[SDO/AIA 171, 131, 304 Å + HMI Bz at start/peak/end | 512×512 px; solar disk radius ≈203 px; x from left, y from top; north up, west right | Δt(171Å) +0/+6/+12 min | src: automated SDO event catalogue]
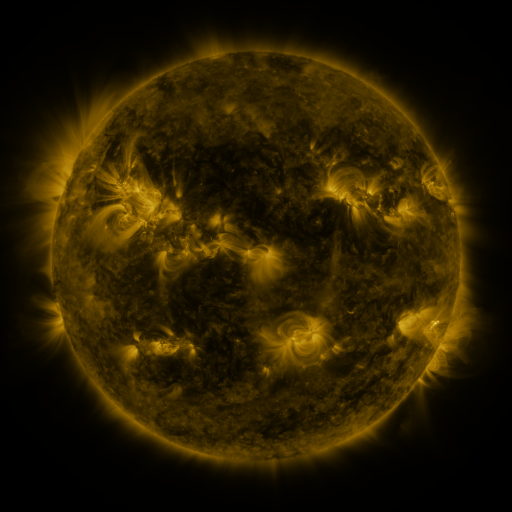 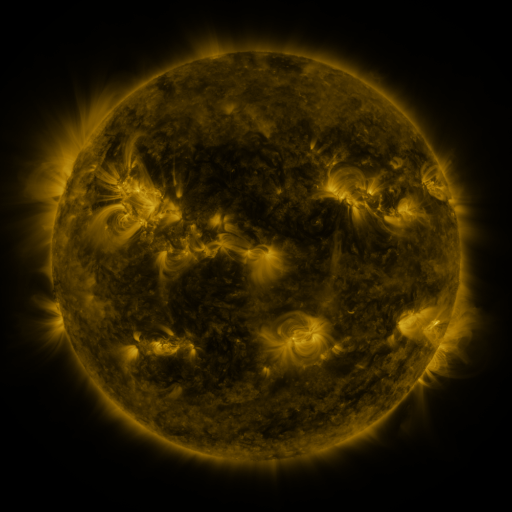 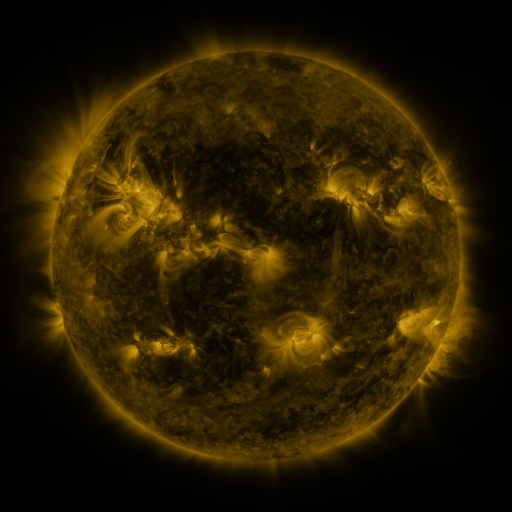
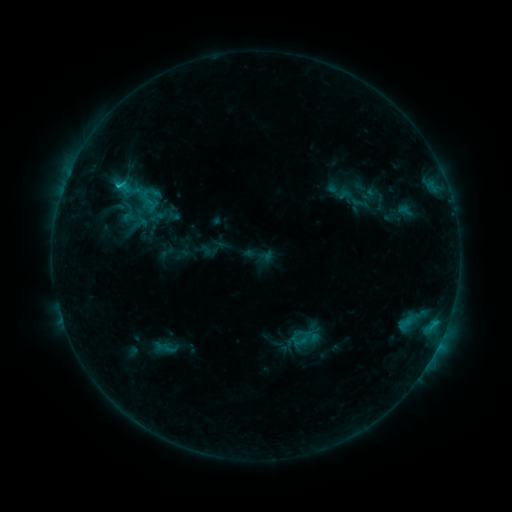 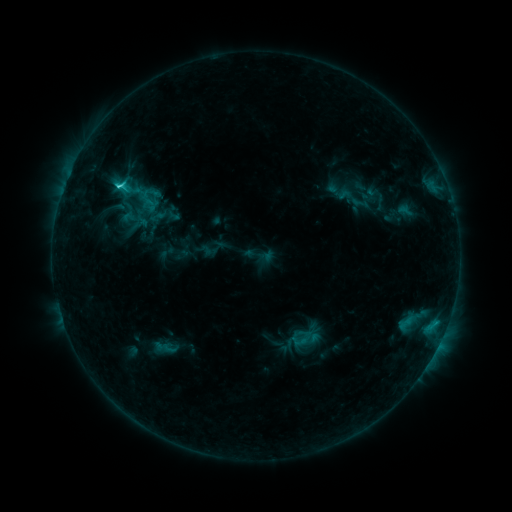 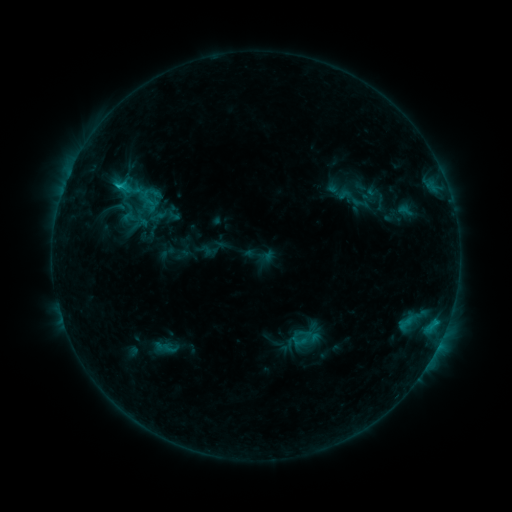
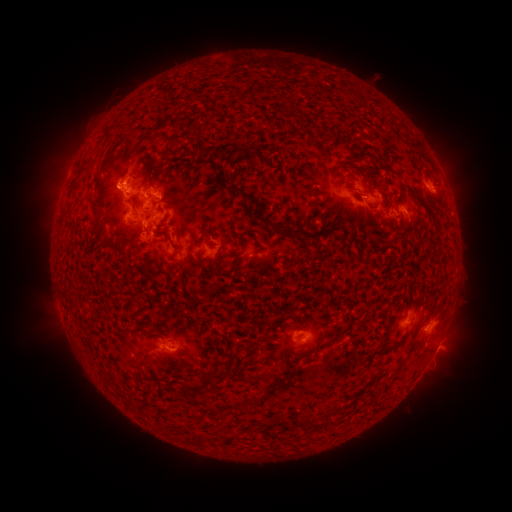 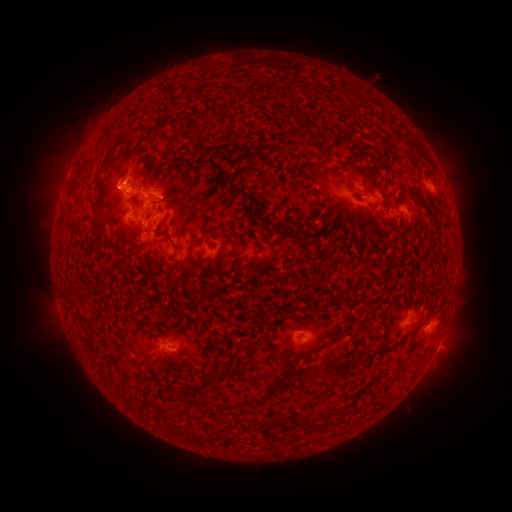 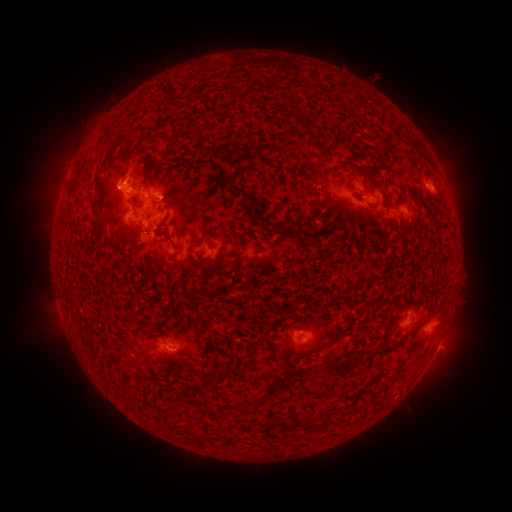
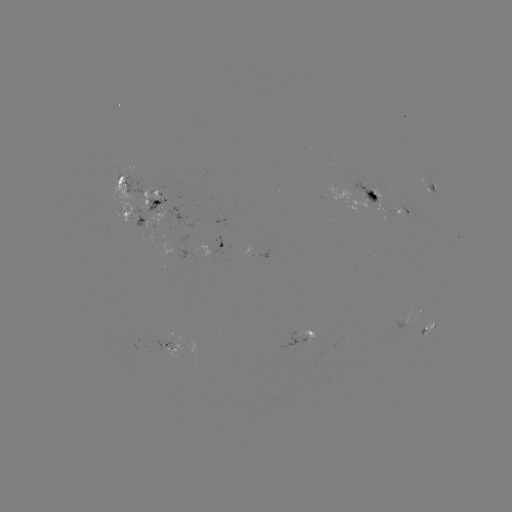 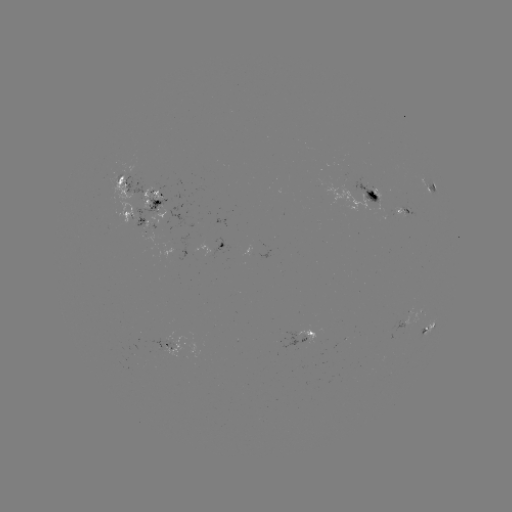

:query C1.7 flare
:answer [119, 189]